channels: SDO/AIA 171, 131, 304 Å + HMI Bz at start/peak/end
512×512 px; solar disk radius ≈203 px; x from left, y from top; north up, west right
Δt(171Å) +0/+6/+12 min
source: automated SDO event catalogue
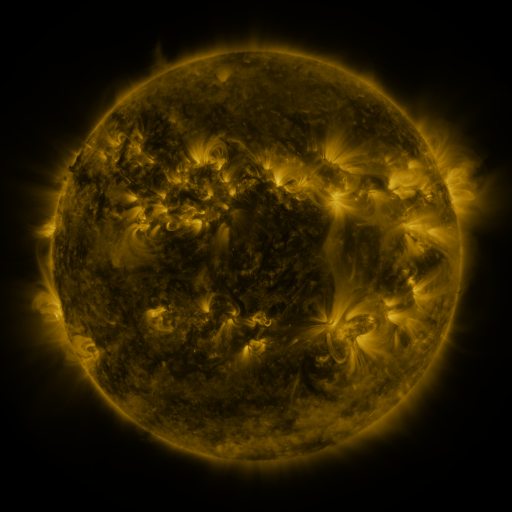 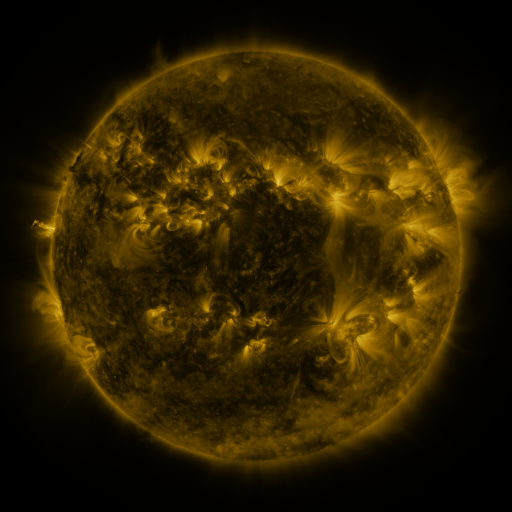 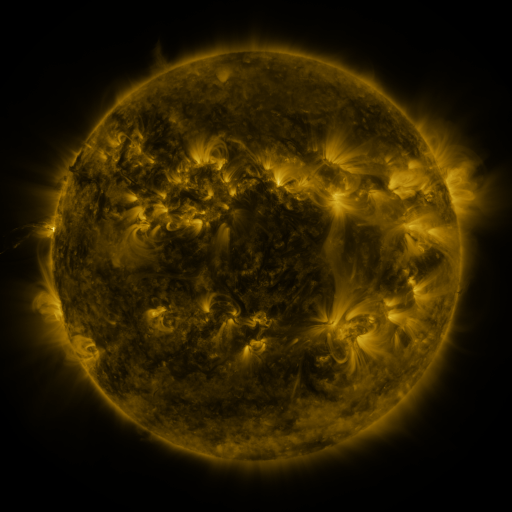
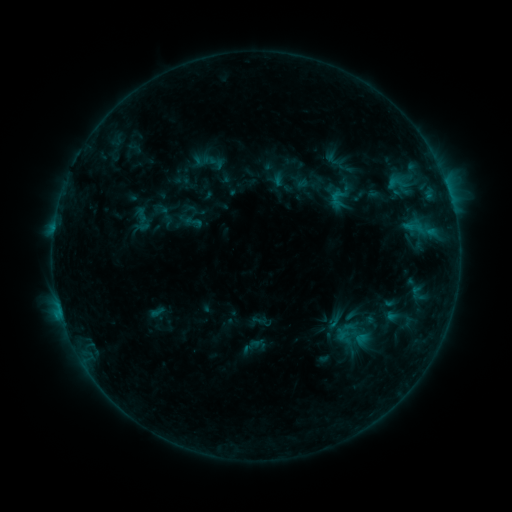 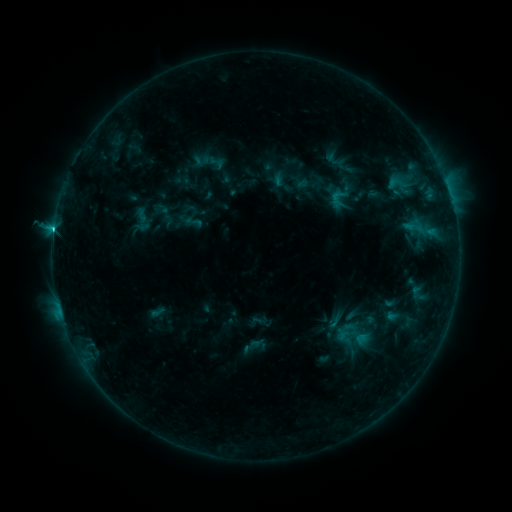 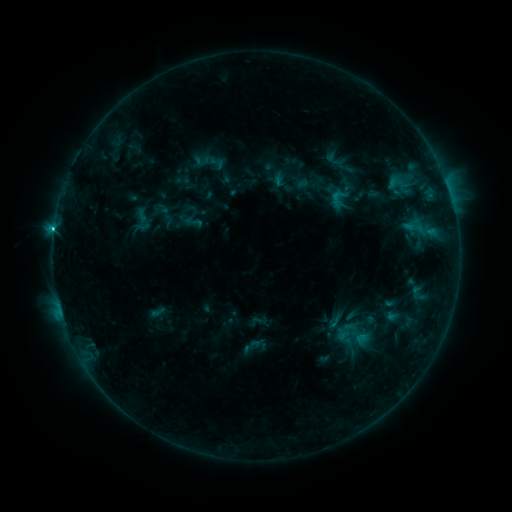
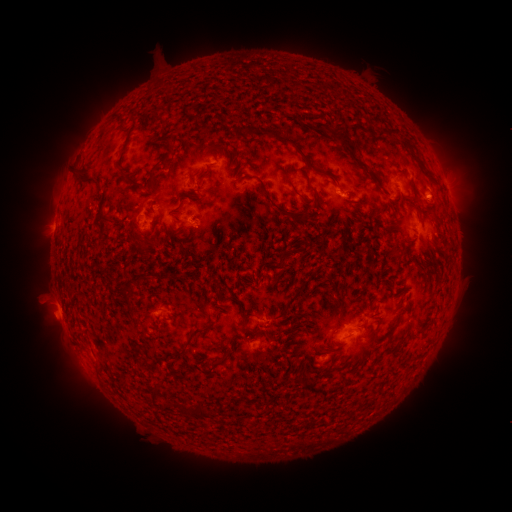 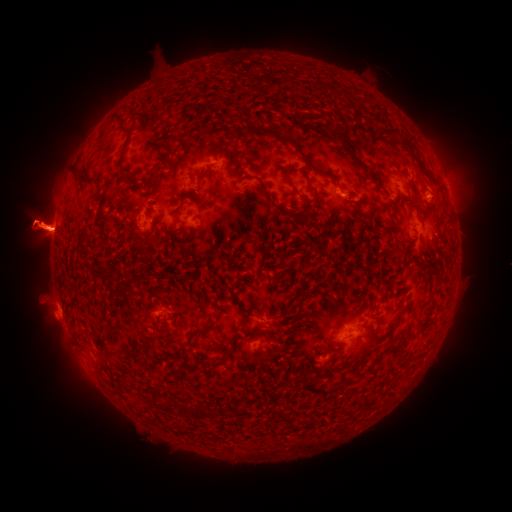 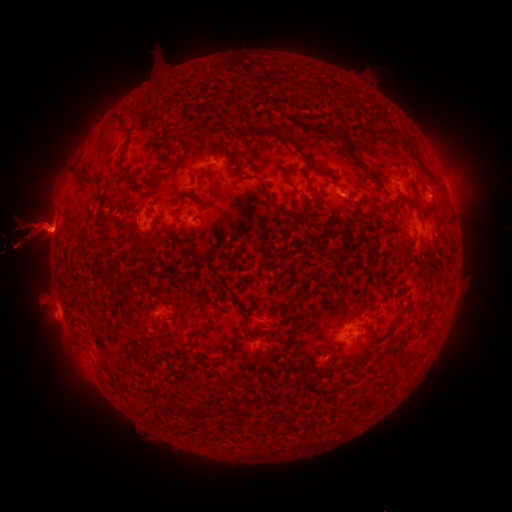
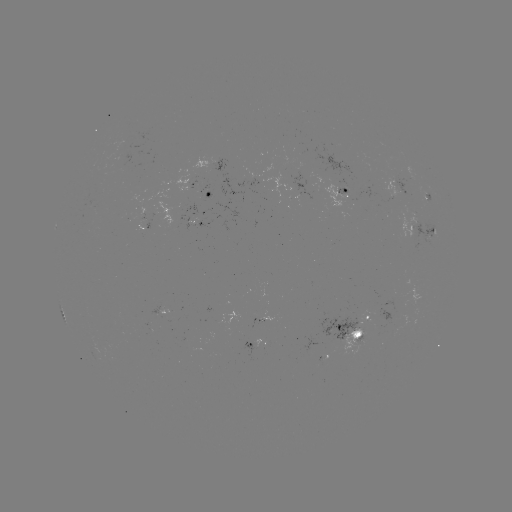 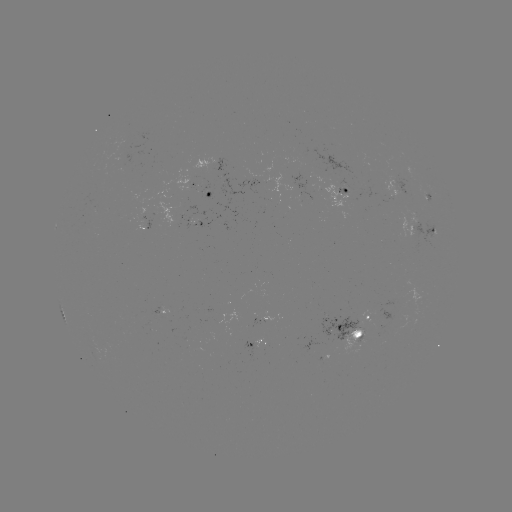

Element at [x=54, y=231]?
C2.7 flare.